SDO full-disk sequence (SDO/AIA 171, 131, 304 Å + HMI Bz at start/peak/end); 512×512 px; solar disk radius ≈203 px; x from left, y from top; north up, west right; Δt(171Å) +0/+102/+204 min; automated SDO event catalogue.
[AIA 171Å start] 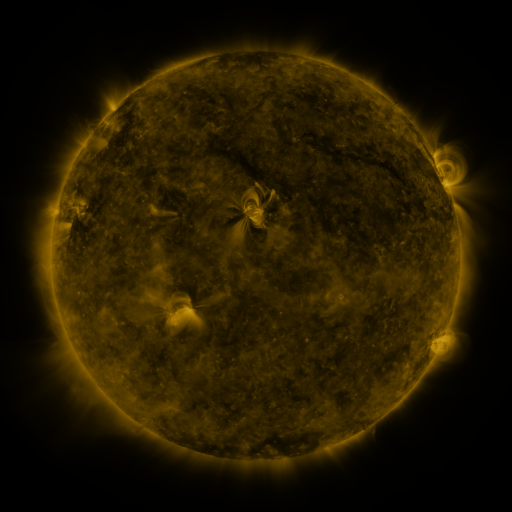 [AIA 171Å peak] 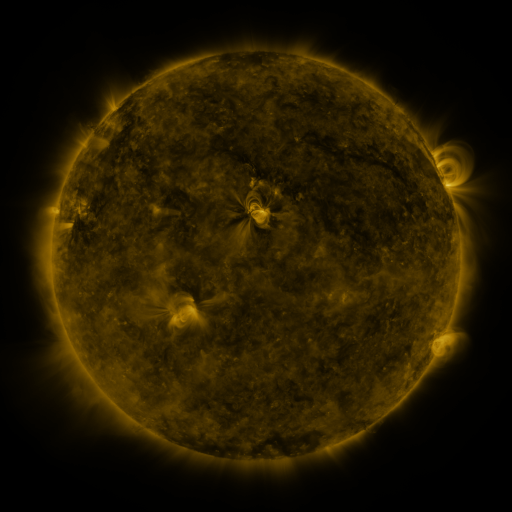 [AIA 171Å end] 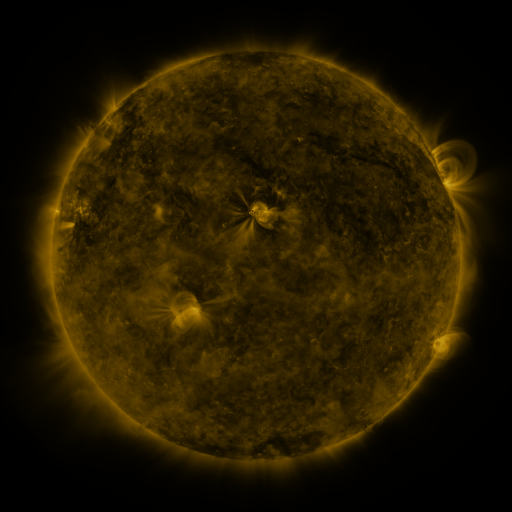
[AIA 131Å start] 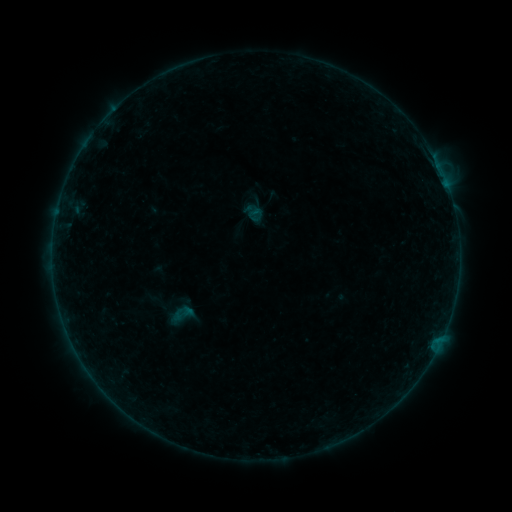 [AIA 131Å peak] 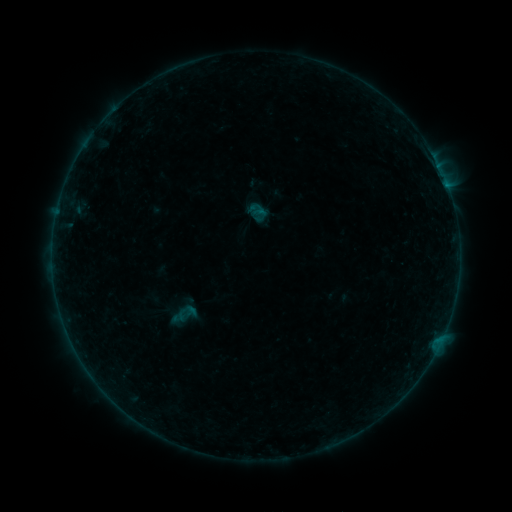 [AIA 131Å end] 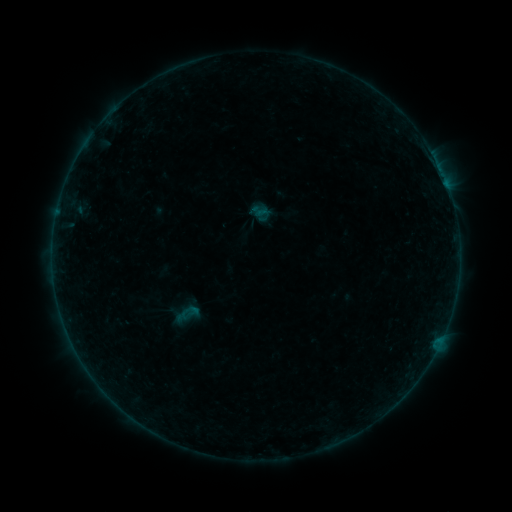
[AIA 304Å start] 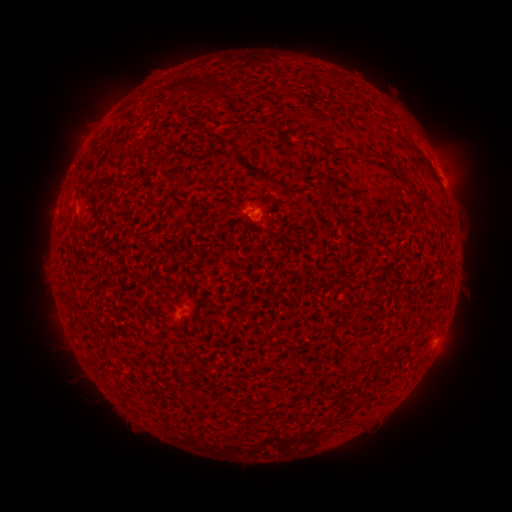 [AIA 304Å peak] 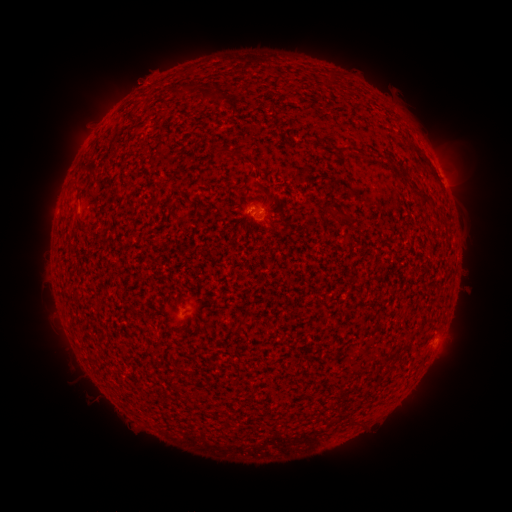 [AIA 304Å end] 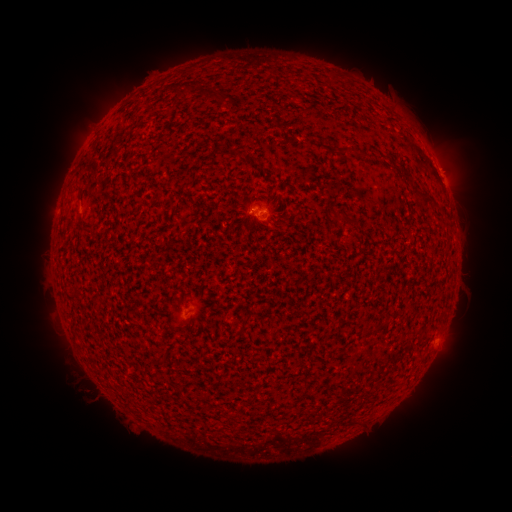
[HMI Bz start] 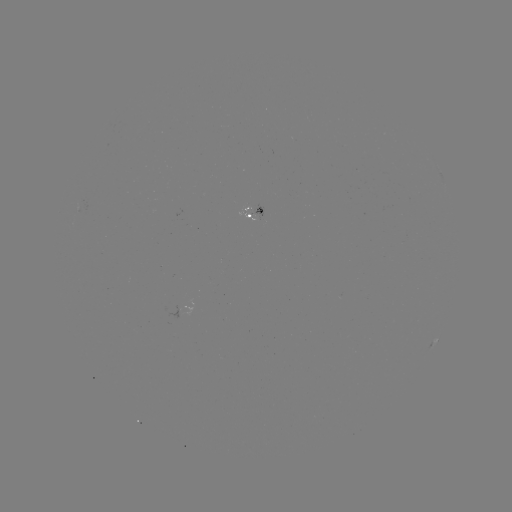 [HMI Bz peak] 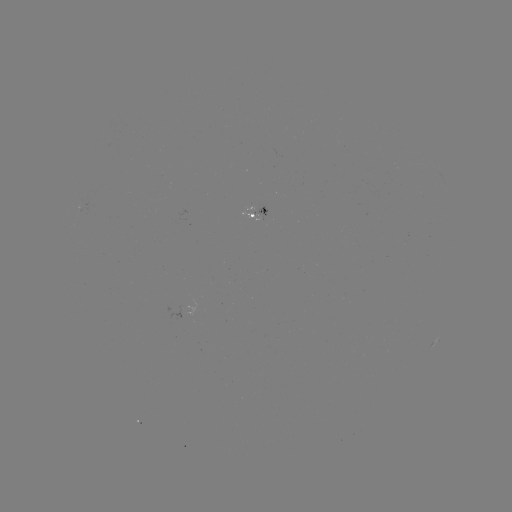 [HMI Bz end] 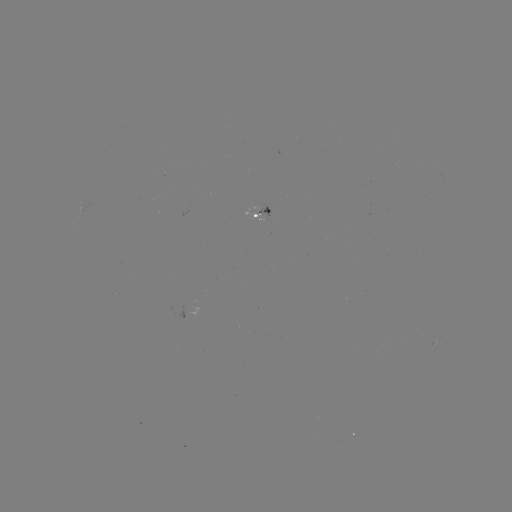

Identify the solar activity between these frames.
filament eruption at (270, 180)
